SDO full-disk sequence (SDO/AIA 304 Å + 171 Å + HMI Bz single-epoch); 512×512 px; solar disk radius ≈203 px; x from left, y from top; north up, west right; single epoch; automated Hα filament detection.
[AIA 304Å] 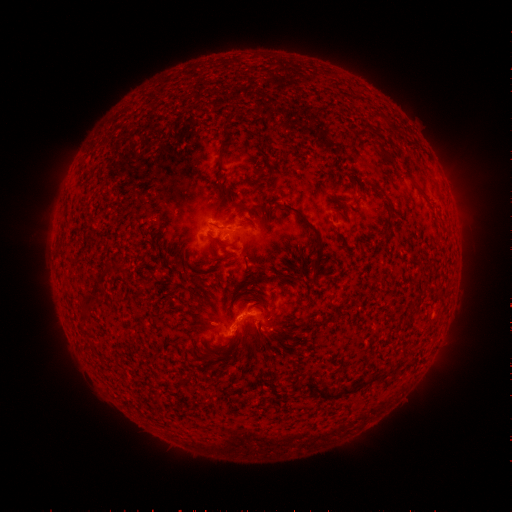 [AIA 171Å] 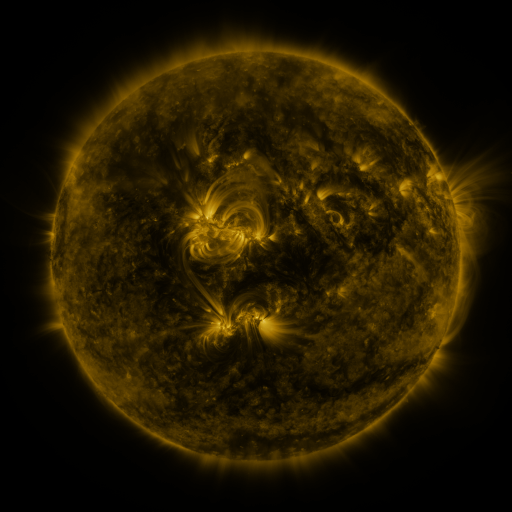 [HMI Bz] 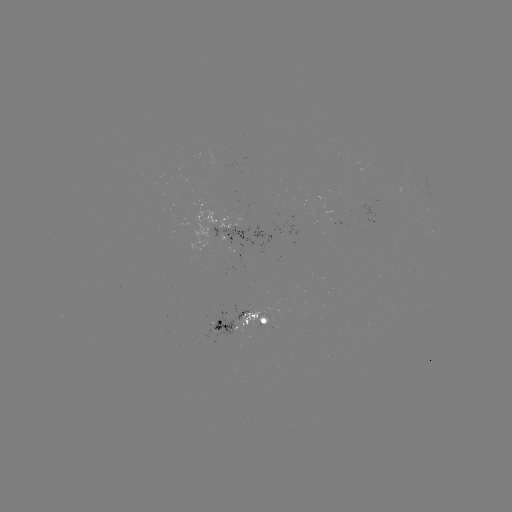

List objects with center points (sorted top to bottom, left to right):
filament: (225, 133)
filament: (389, 163)
filament: (243, 206)
filament: (391, 209)
filament: (247, 223)
filament: (314, 230)
filament: (220, 244)
filament: (91, 295)
filament: (326, 395)
